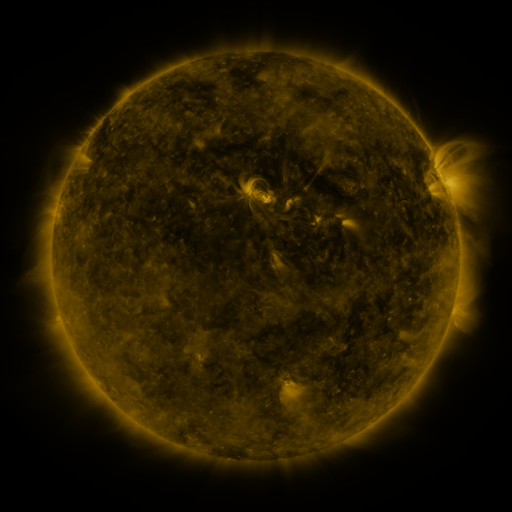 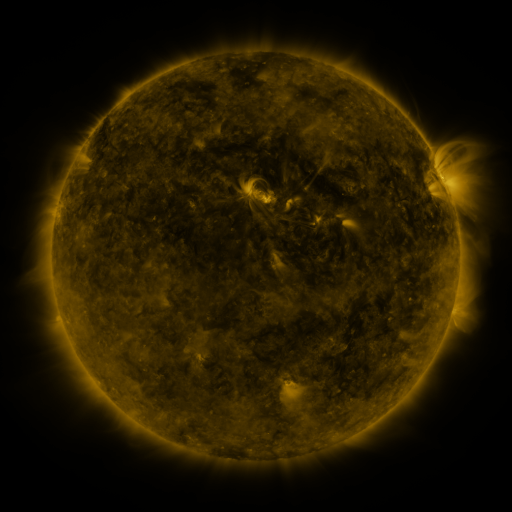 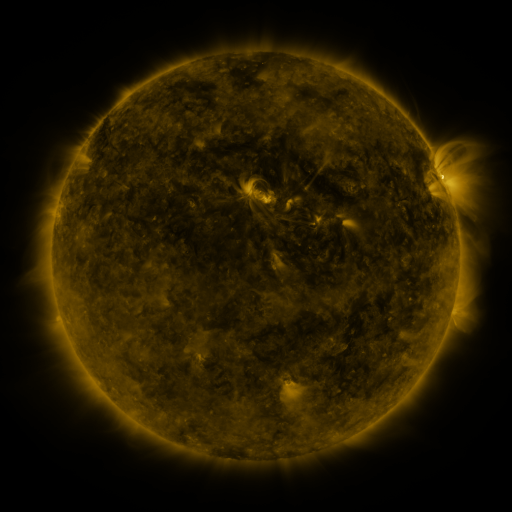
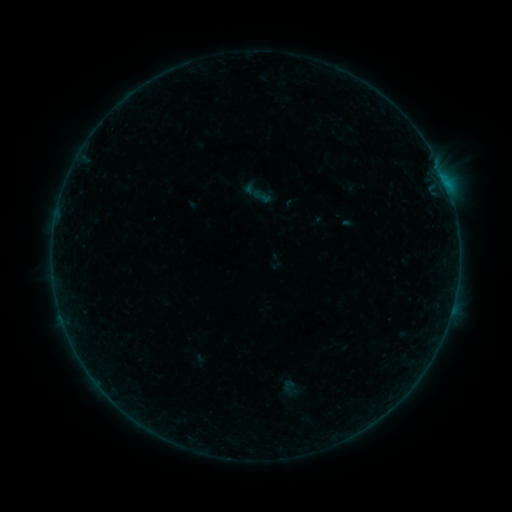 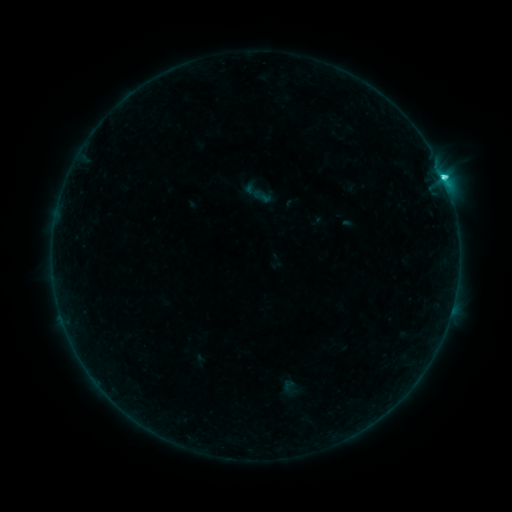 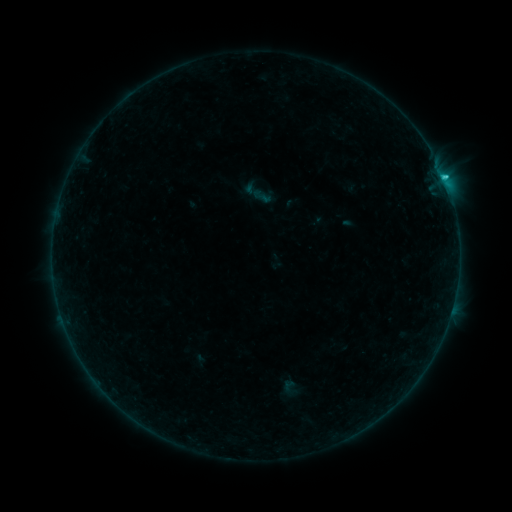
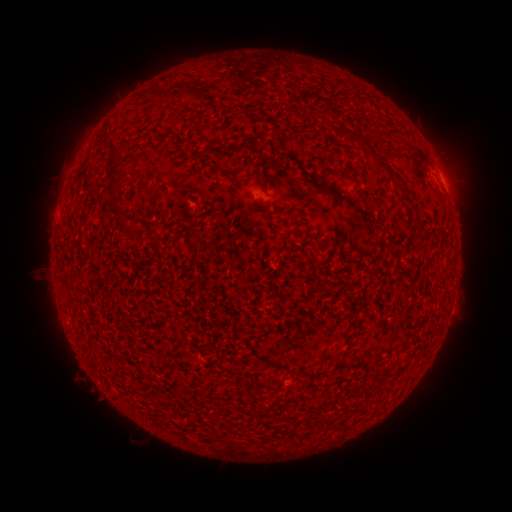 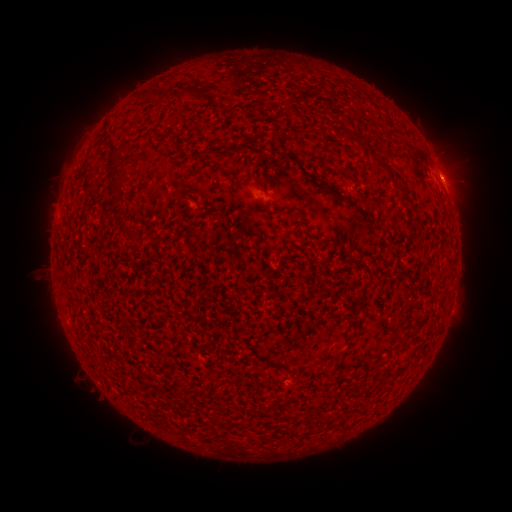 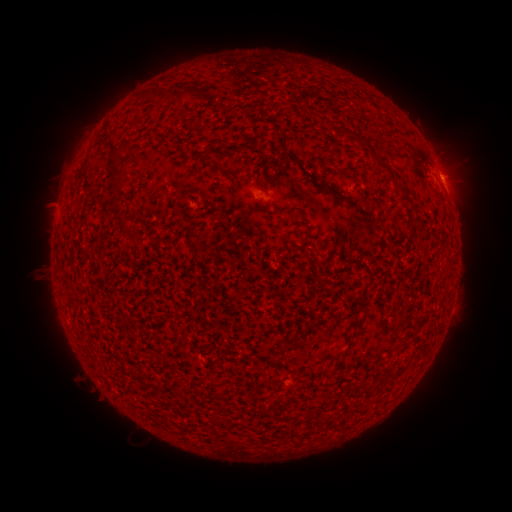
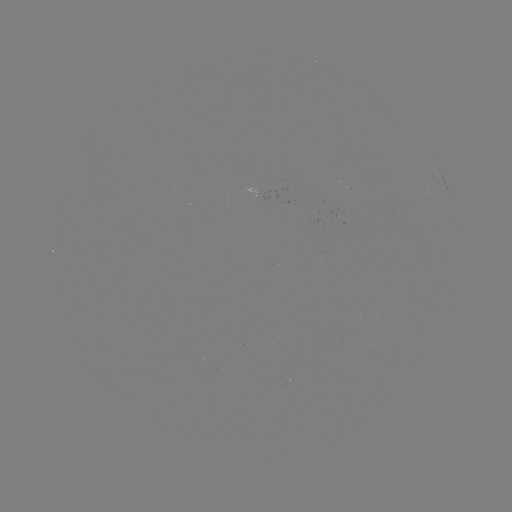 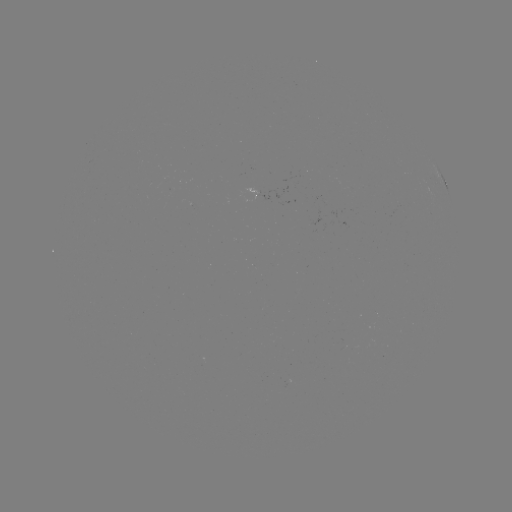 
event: flare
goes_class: C2.3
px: (444, 181)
